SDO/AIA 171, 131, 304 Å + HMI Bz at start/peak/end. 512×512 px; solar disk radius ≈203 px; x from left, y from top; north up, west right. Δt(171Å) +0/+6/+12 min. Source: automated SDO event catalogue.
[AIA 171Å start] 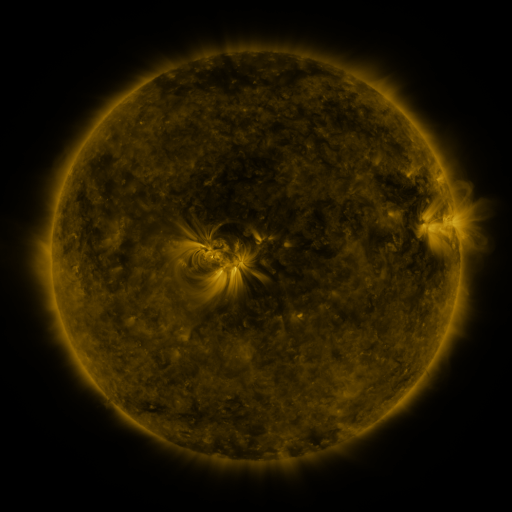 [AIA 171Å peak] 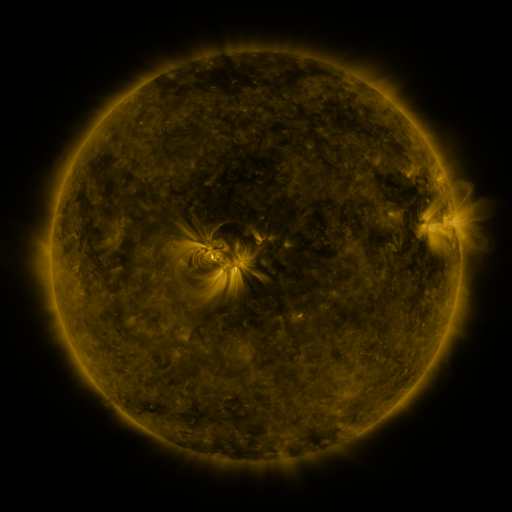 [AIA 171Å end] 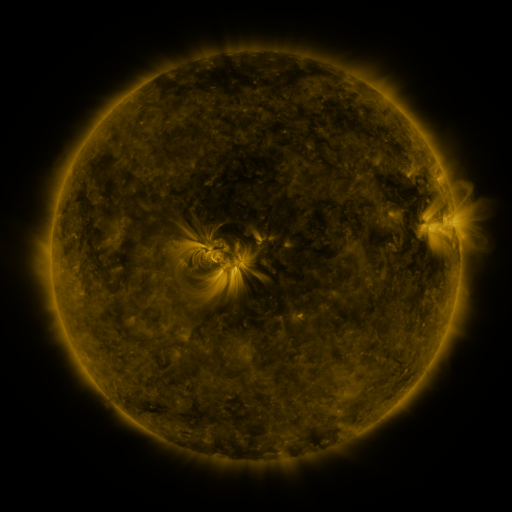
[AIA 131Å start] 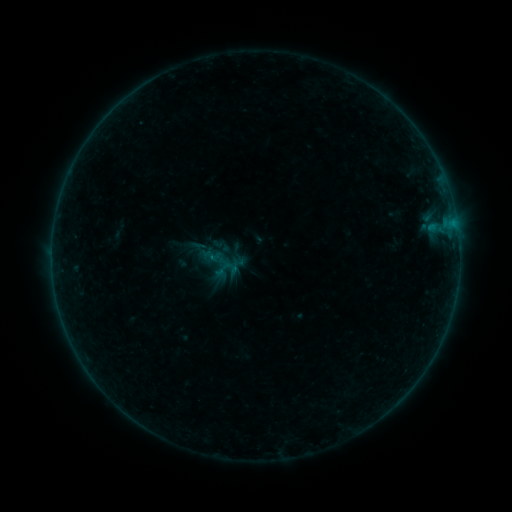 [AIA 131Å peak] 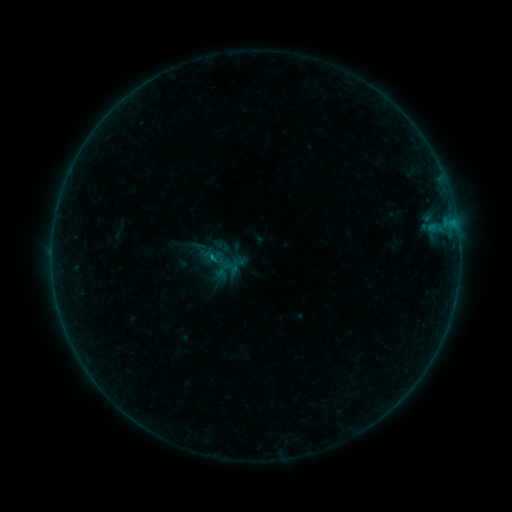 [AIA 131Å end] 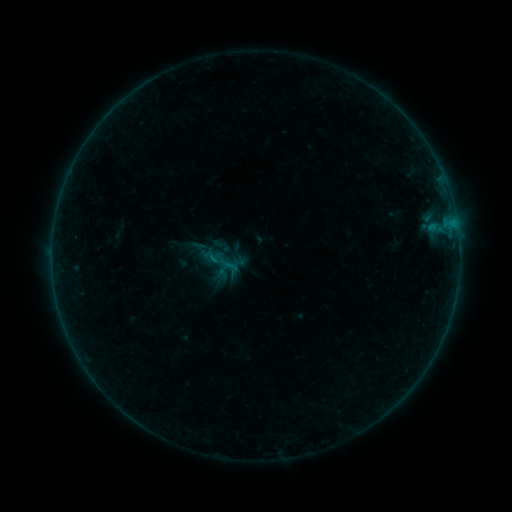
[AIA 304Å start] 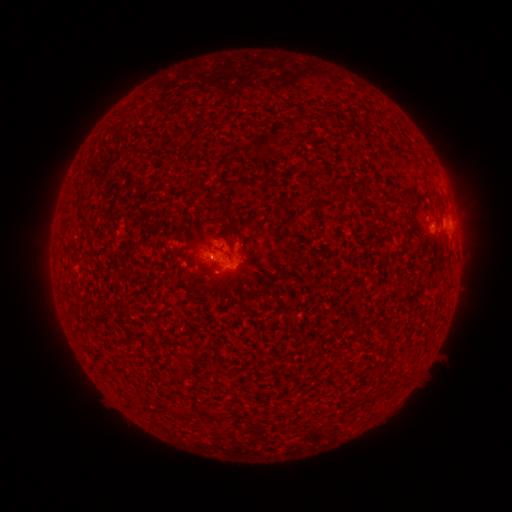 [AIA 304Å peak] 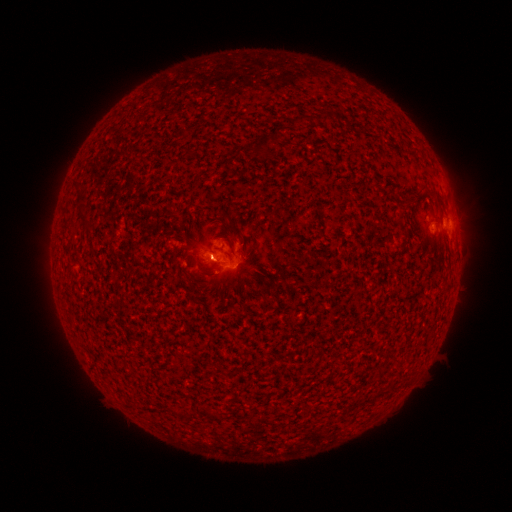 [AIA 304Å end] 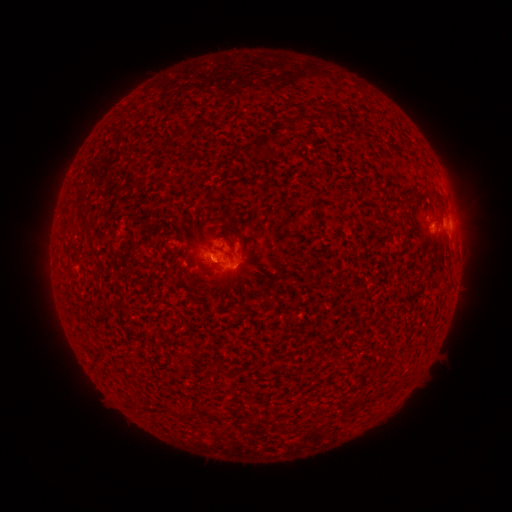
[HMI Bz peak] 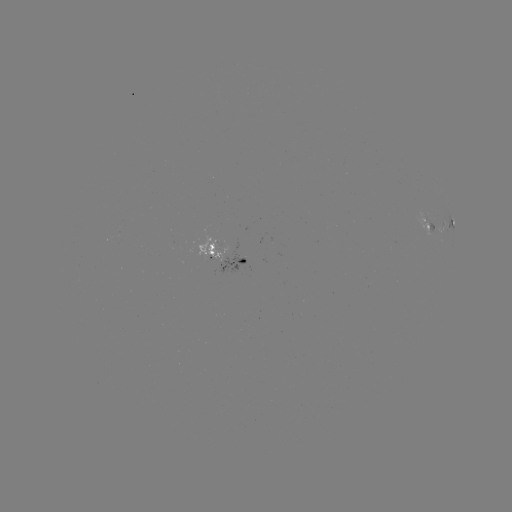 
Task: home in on B2.7 flare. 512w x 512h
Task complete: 217,262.